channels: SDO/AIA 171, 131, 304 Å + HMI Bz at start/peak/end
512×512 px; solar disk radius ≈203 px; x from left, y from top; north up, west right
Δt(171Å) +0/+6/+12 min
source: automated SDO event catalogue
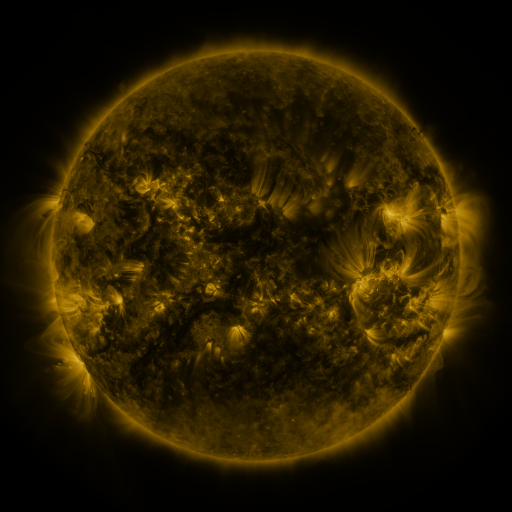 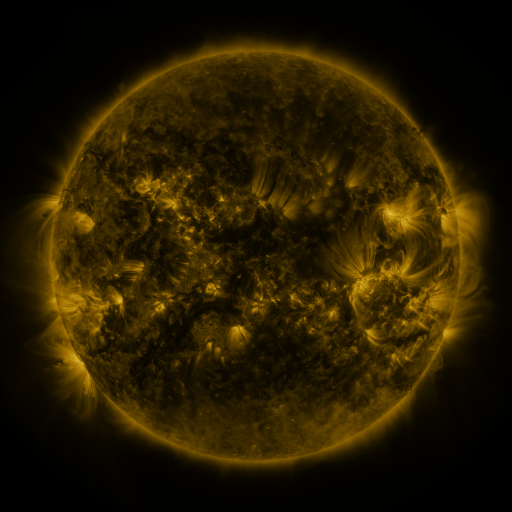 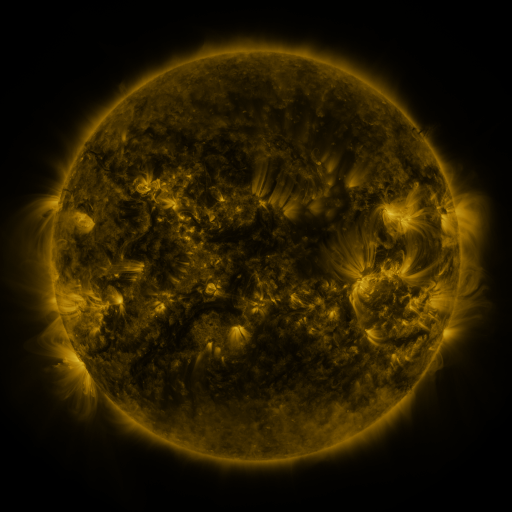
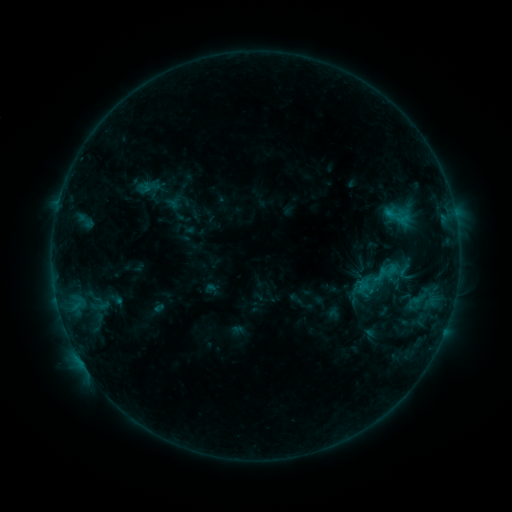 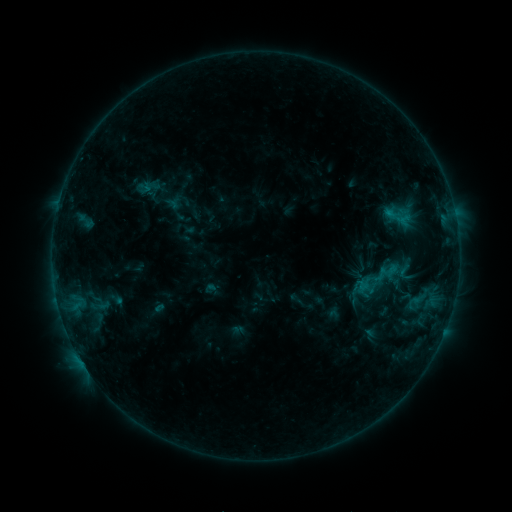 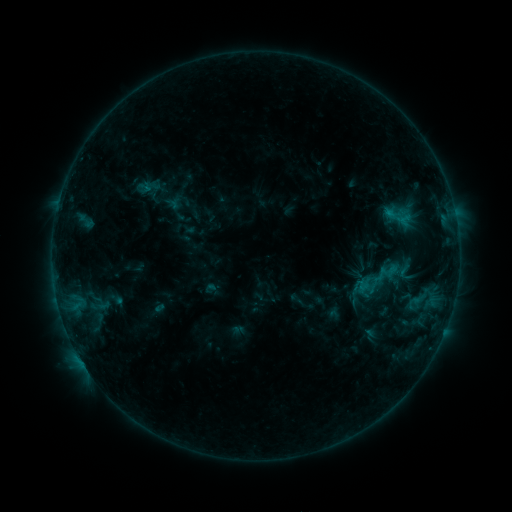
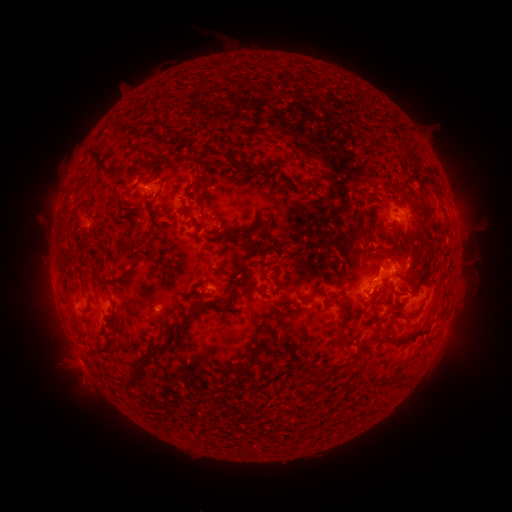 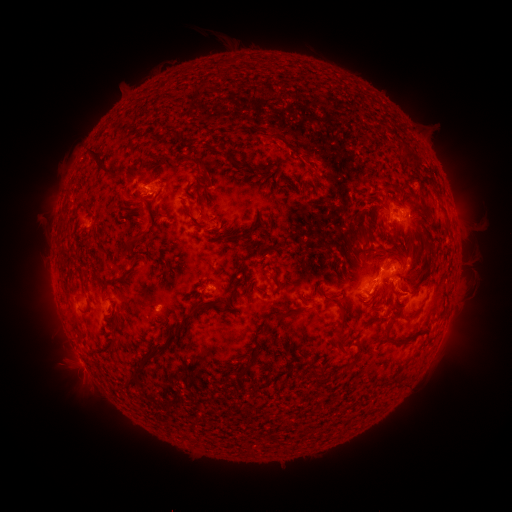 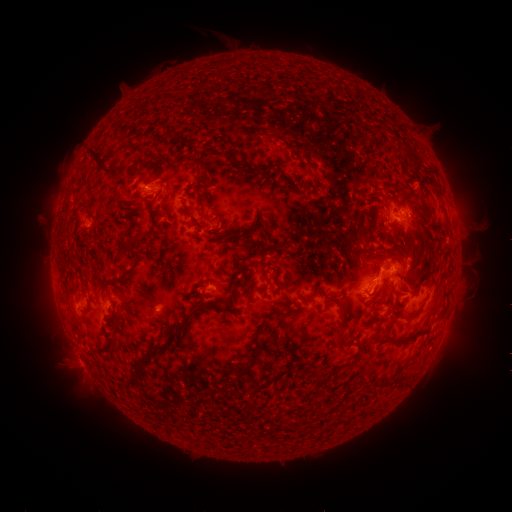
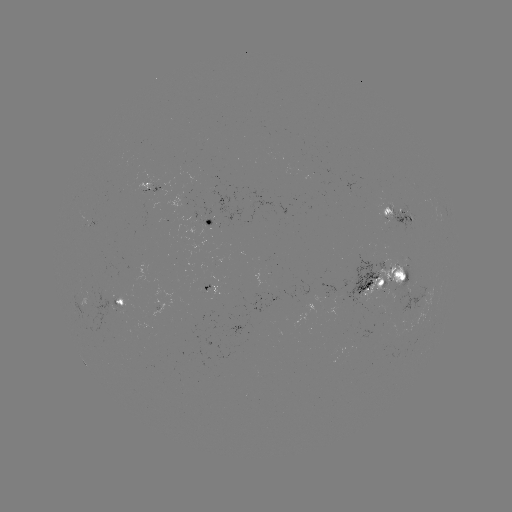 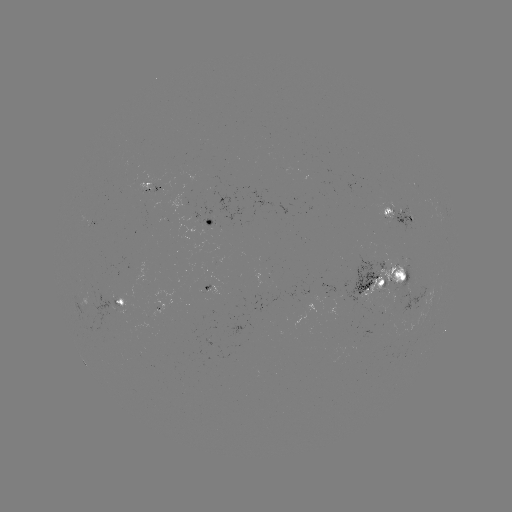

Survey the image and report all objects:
eruption: (316, 161)
